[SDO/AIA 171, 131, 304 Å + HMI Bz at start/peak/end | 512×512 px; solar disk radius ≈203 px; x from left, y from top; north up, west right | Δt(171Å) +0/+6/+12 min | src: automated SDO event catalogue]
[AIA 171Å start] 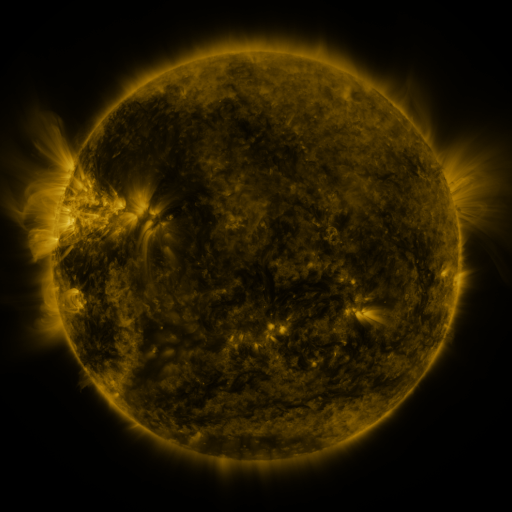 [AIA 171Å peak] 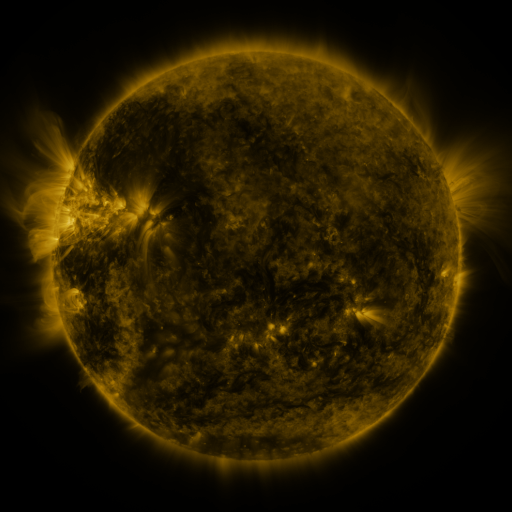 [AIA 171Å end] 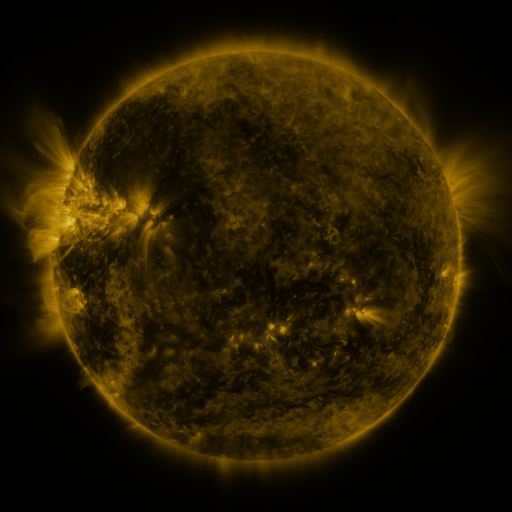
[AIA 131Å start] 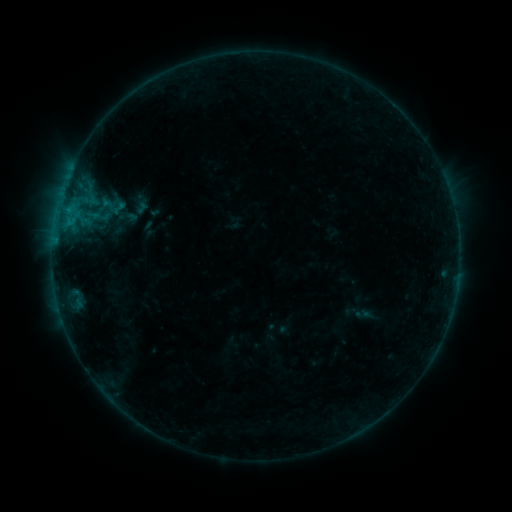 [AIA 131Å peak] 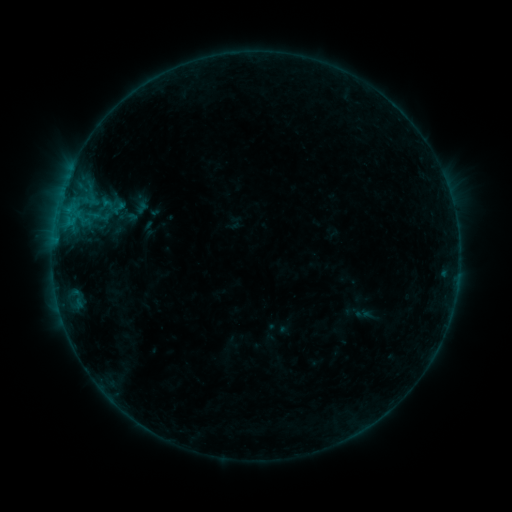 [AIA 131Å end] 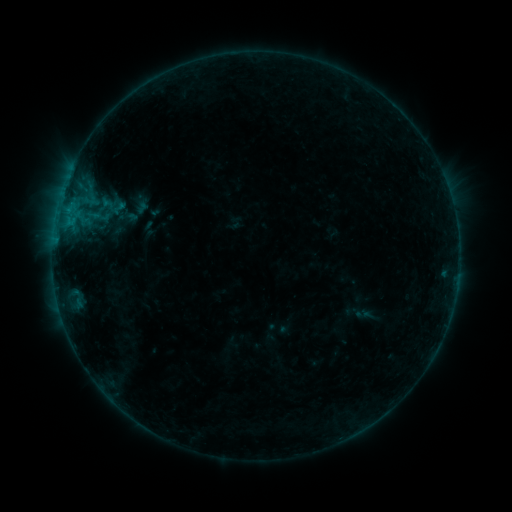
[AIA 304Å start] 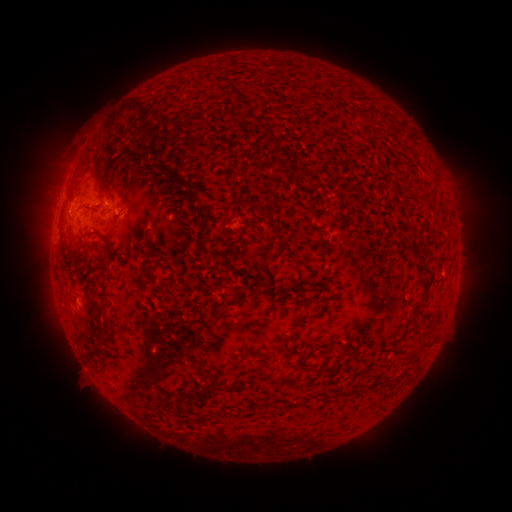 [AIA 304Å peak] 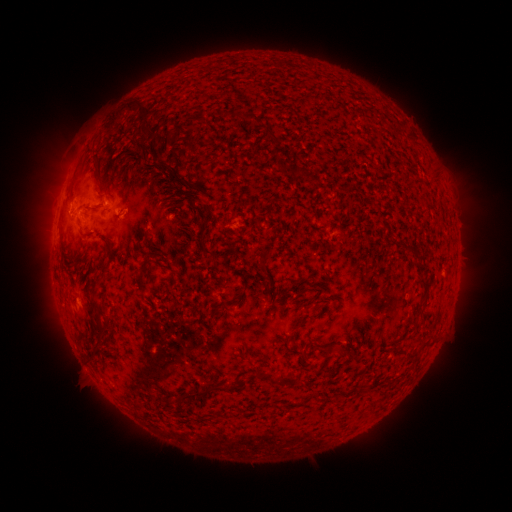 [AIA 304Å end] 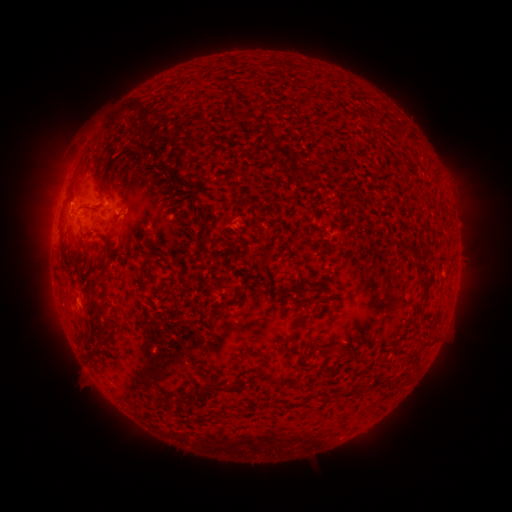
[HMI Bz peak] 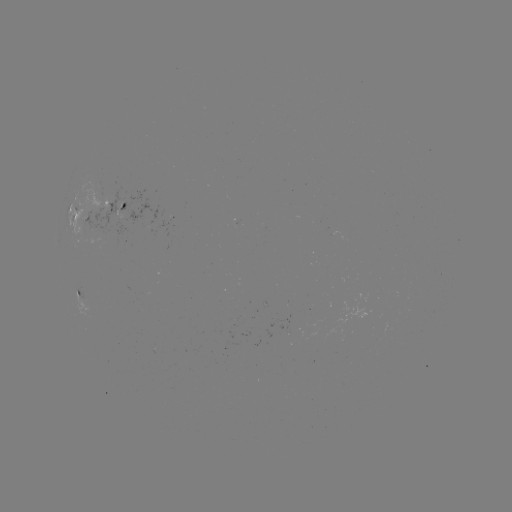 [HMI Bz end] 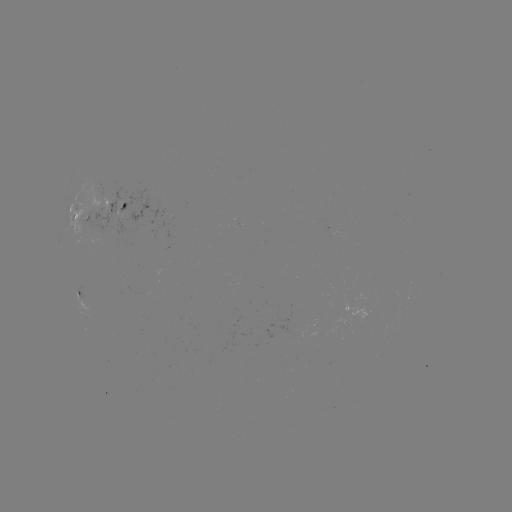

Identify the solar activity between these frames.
no catalogued flare and no flagged EUV brightening in this window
